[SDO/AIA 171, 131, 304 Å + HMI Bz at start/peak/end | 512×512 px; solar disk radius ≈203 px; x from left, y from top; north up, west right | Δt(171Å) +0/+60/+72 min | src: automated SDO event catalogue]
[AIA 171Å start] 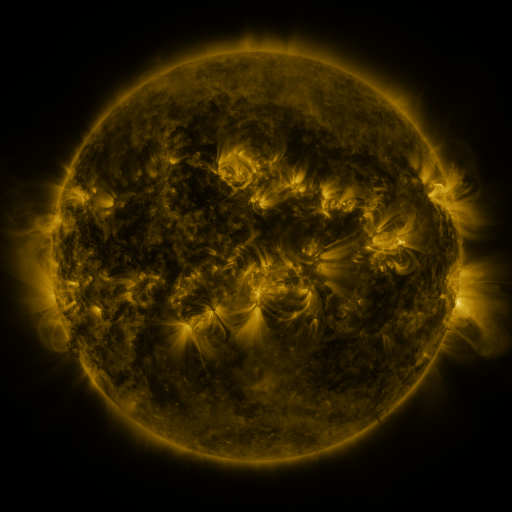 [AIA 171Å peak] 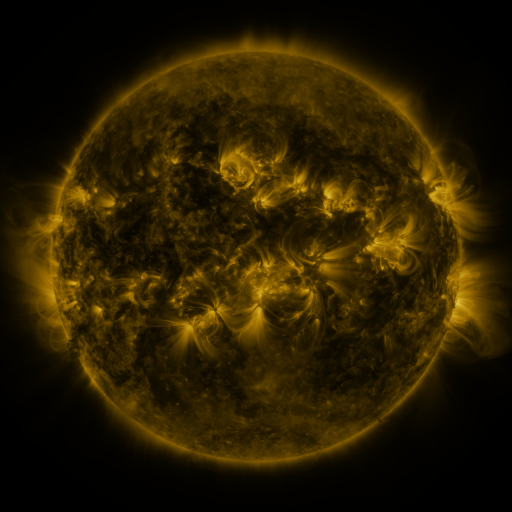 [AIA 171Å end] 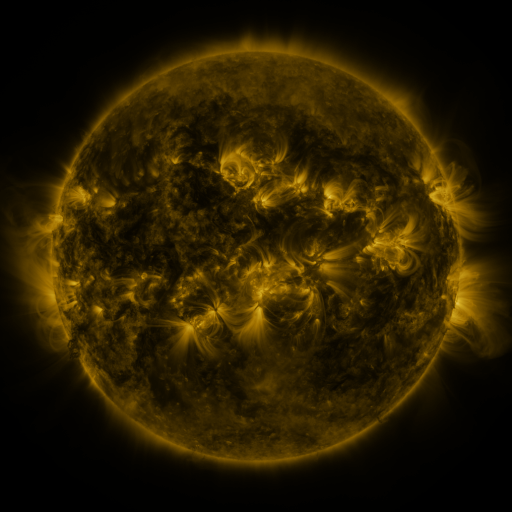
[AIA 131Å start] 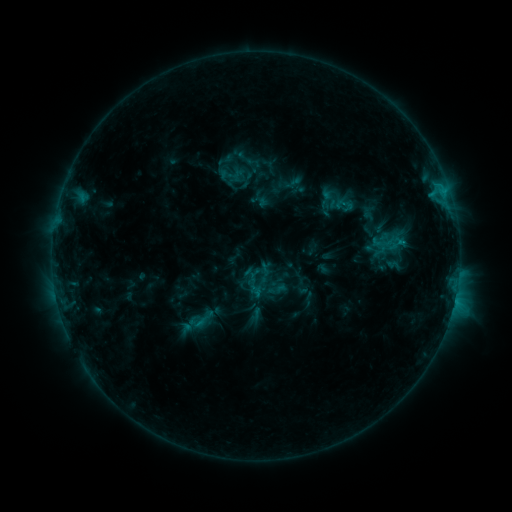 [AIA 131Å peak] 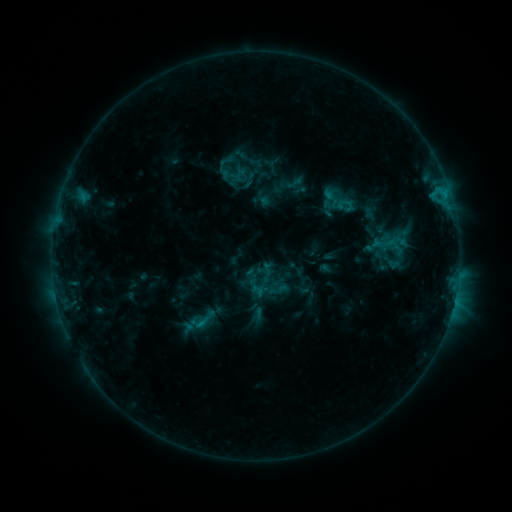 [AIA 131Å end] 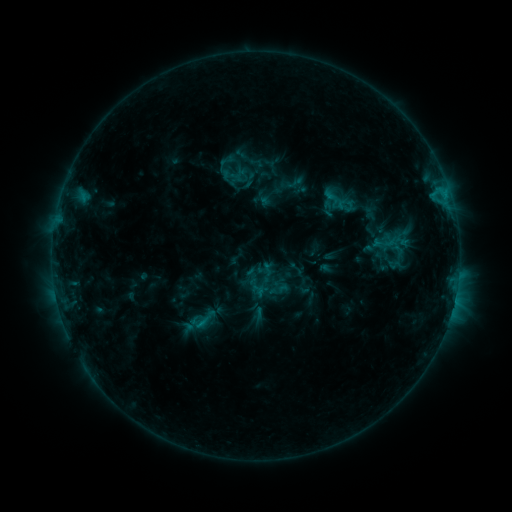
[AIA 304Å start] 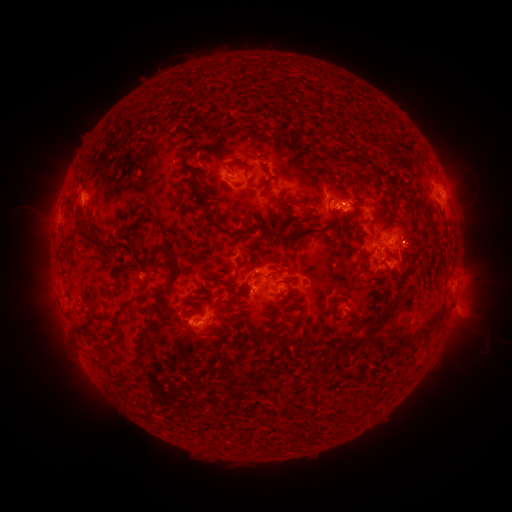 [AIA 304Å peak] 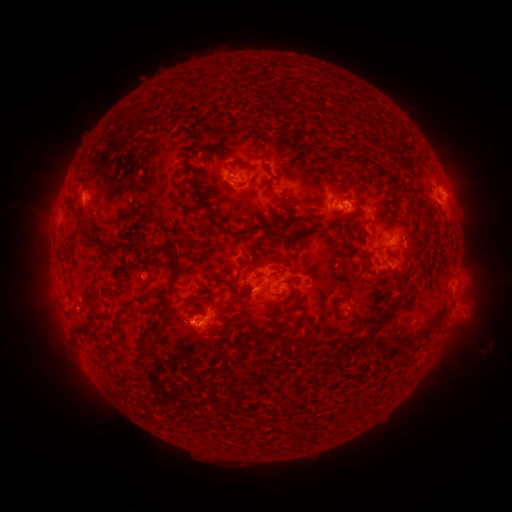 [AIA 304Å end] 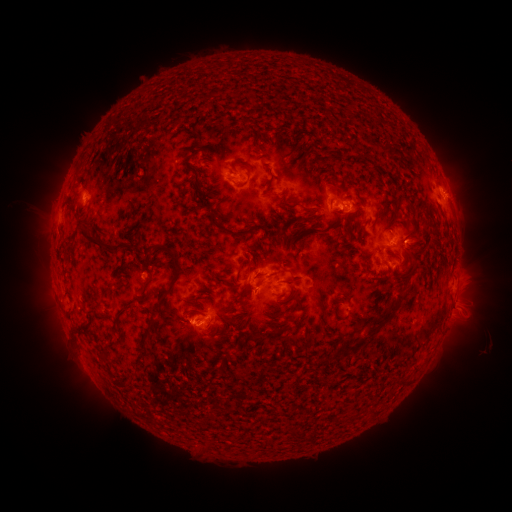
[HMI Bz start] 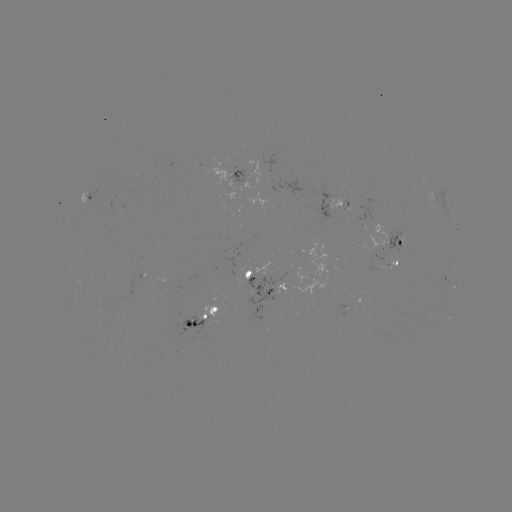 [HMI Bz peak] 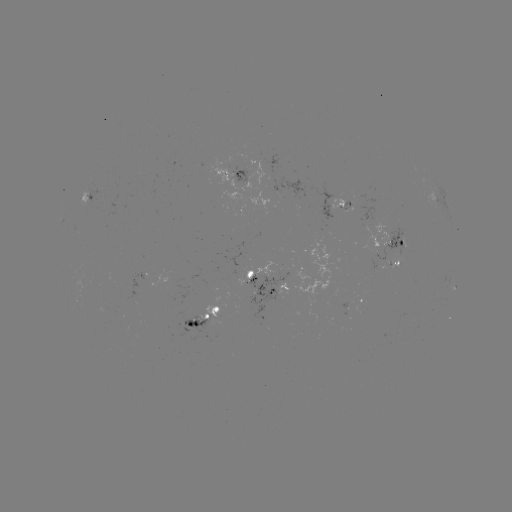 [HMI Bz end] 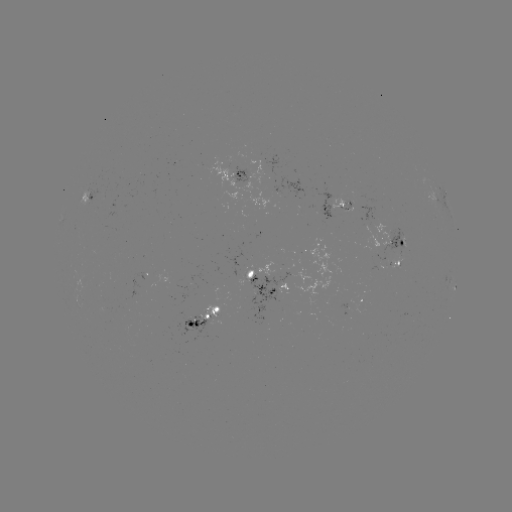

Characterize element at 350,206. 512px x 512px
emerging-flux region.